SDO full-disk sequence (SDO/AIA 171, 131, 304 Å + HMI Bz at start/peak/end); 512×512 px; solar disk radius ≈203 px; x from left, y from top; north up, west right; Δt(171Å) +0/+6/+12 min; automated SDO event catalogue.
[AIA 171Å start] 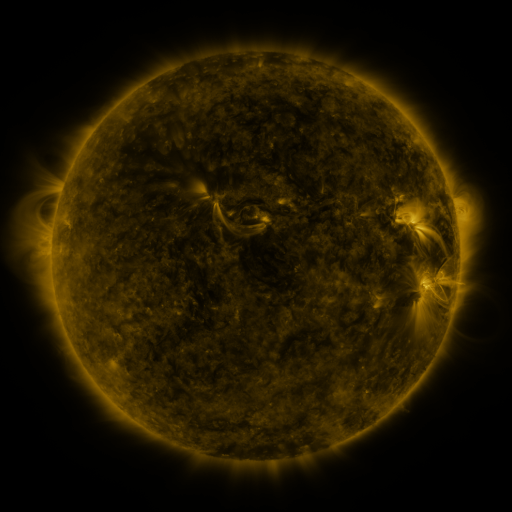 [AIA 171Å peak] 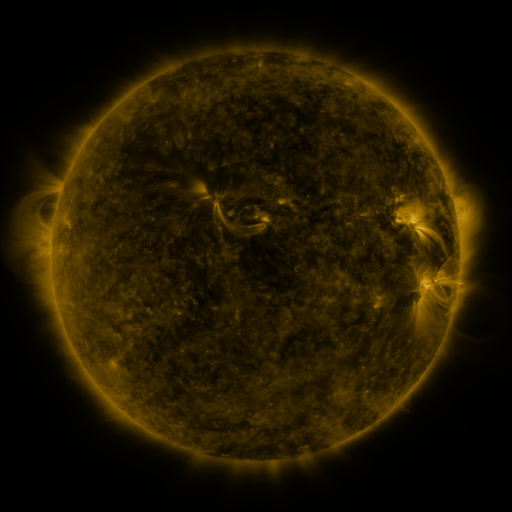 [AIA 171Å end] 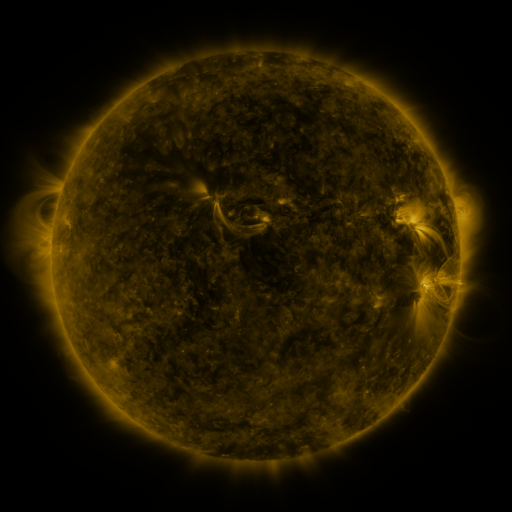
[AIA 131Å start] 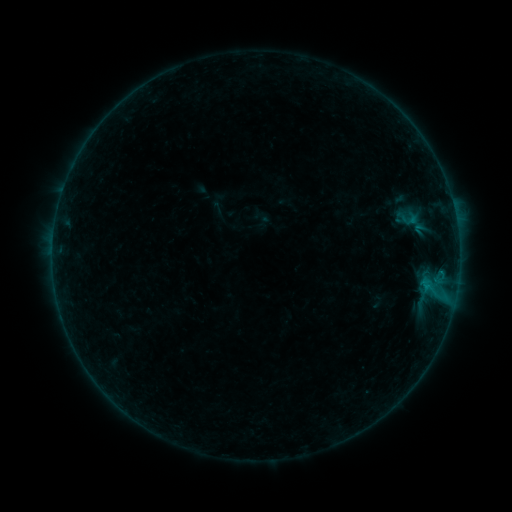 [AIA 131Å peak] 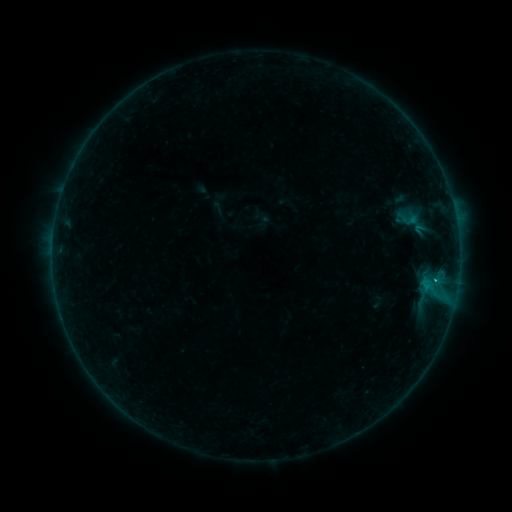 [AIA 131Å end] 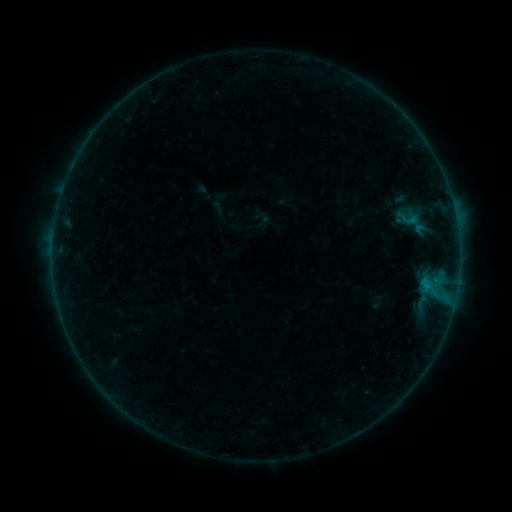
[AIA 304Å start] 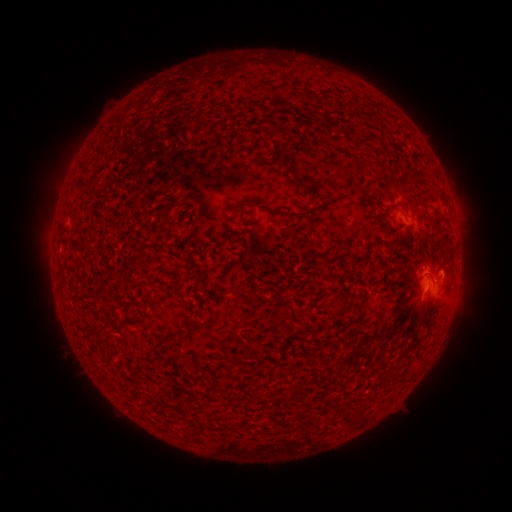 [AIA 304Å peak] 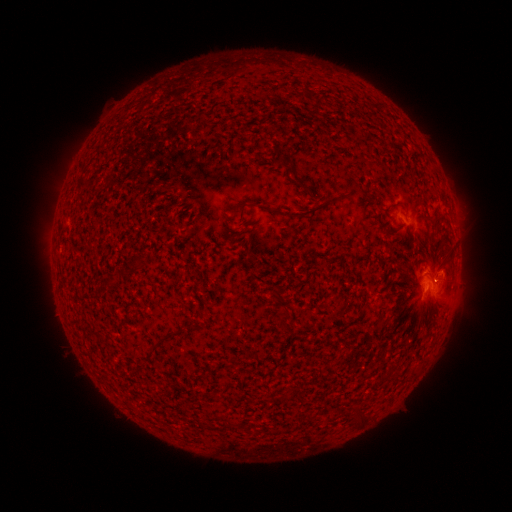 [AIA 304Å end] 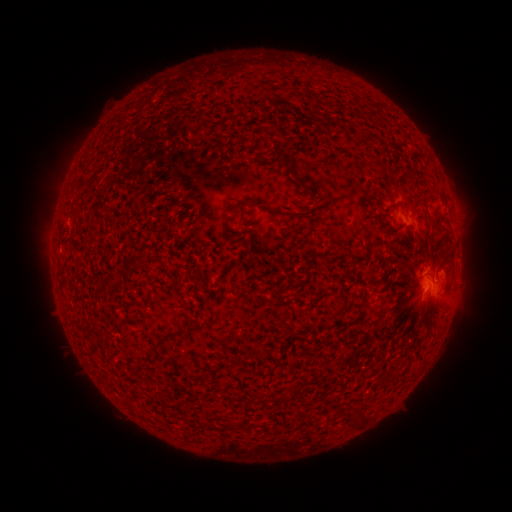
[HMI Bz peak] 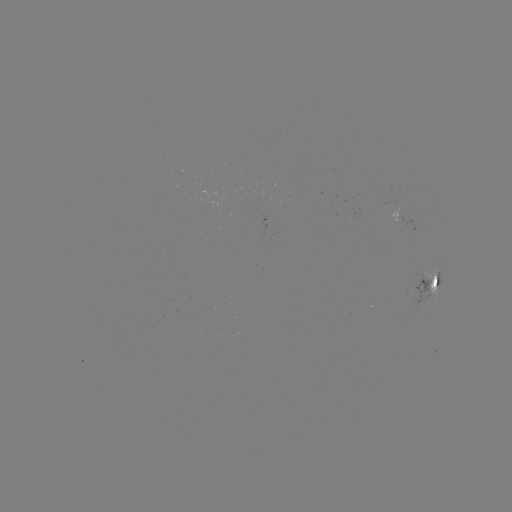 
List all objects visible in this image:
B7.6 flare: (435, 277)
